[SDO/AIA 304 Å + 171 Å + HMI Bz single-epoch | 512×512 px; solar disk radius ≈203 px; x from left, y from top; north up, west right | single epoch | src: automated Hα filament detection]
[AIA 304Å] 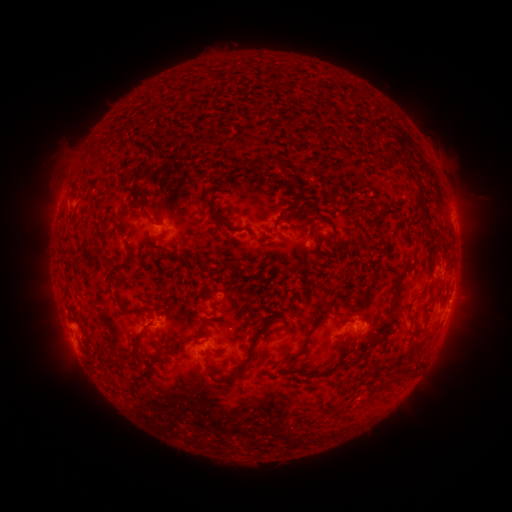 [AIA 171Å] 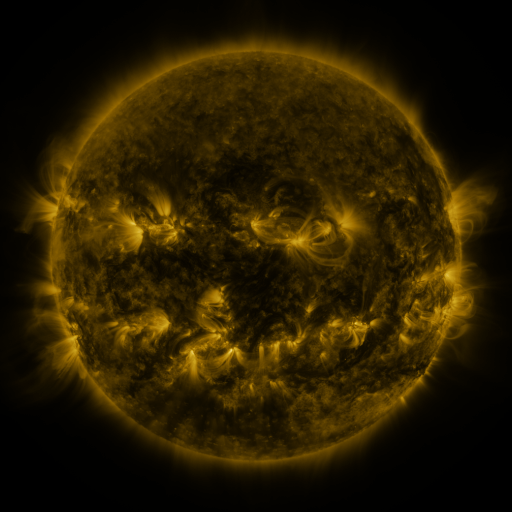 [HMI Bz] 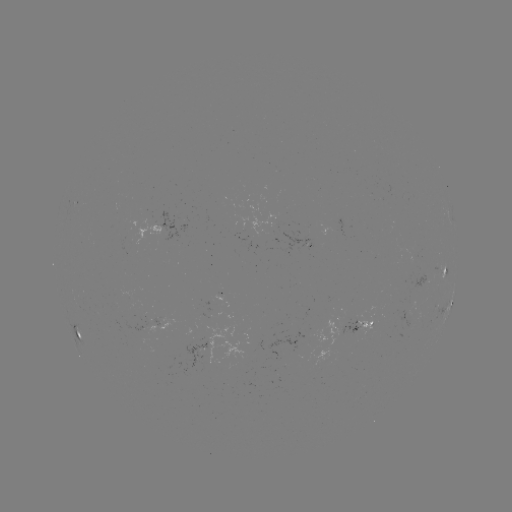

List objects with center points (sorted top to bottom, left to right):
filament: (281, 161)
filament: (140, 204)
filament: (286, 209)
filament: (422, 210)
filament: (221, 223)
filament: (415, 254)
filament: (223, 270)
filament: (110, 272)
filament: (397, 287)
filament: (421, 296)
filament: (306, 339)
filament: (411, 352)
filament: (222, 379)
